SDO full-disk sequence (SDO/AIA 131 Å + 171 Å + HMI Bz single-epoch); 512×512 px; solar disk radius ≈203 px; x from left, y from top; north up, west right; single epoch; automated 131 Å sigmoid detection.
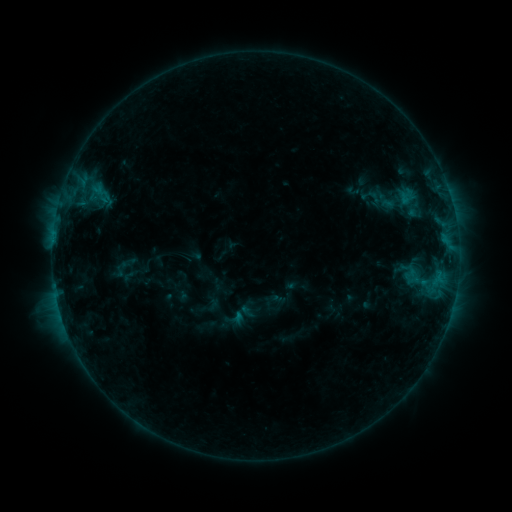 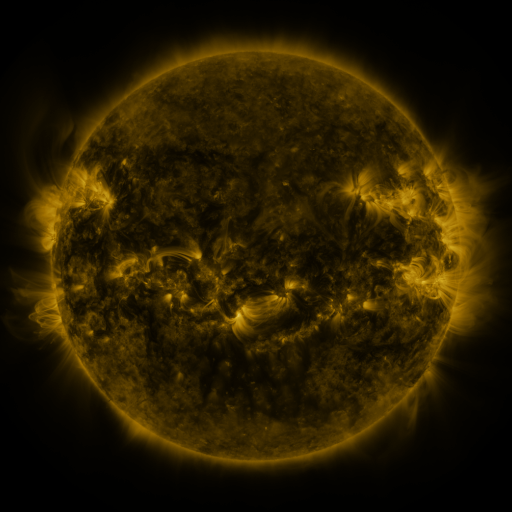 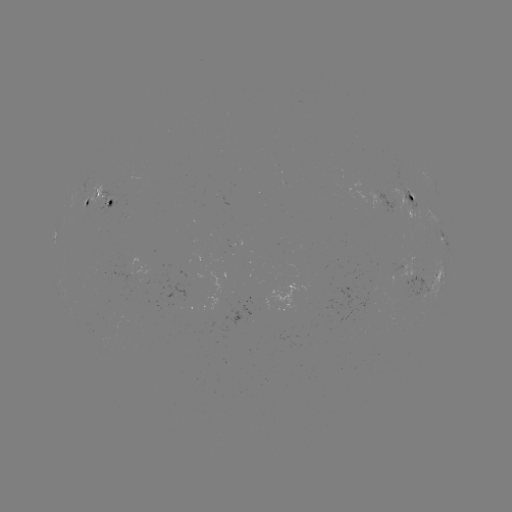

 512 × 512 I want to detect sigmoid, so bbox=[376, 189, 403, 215].